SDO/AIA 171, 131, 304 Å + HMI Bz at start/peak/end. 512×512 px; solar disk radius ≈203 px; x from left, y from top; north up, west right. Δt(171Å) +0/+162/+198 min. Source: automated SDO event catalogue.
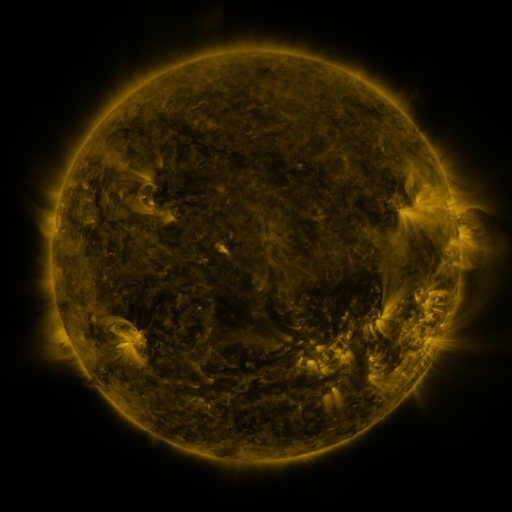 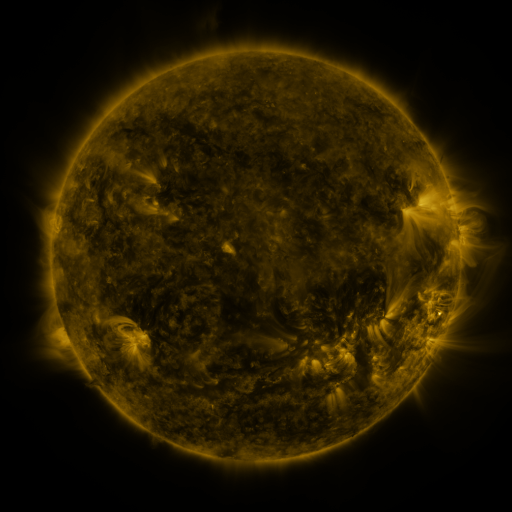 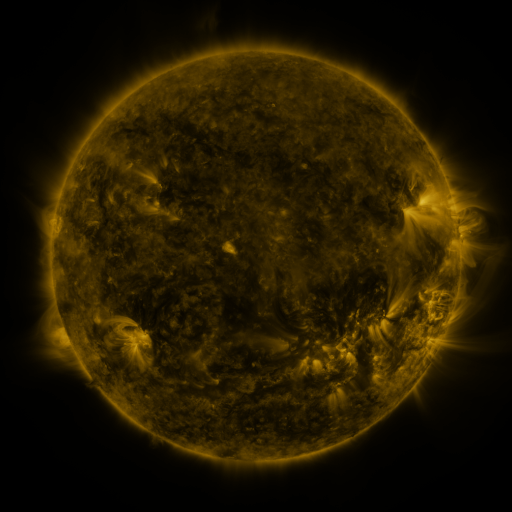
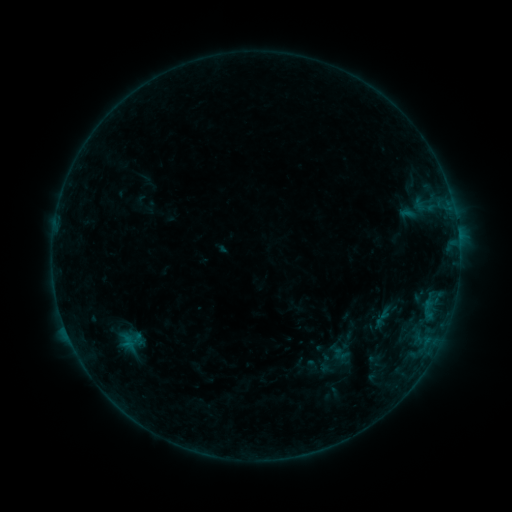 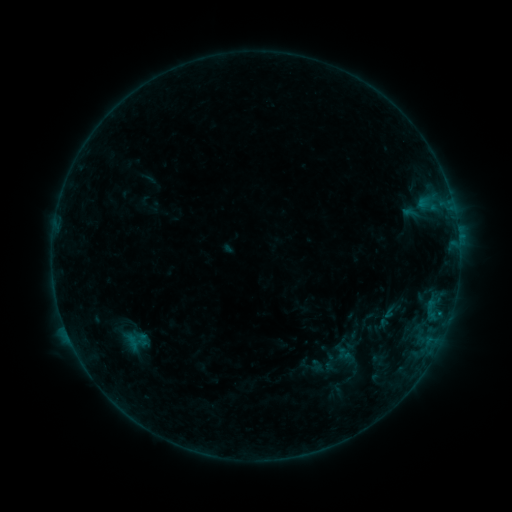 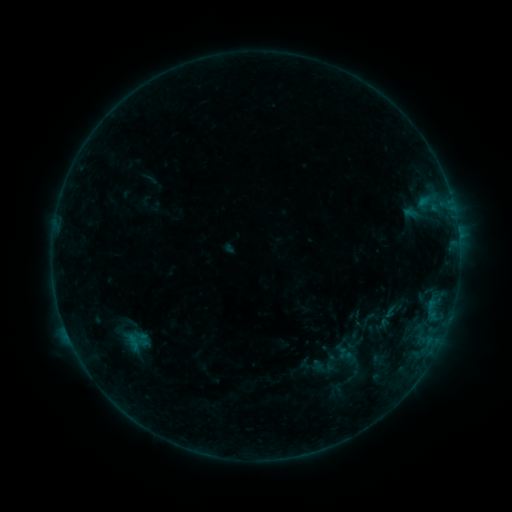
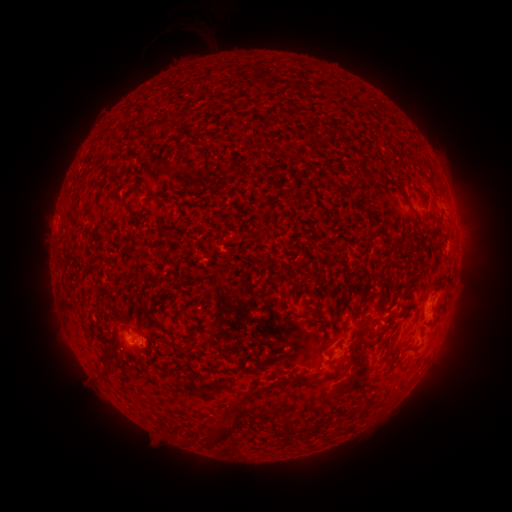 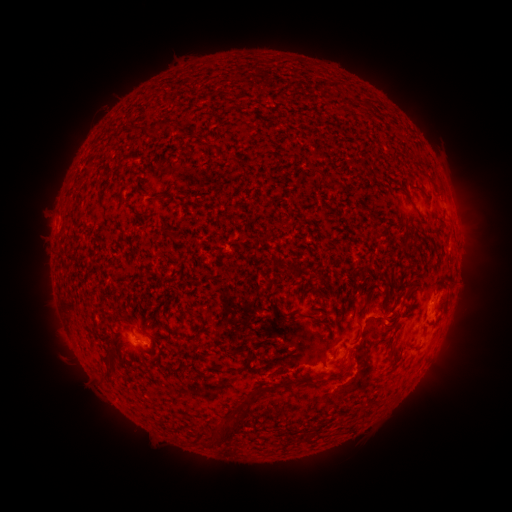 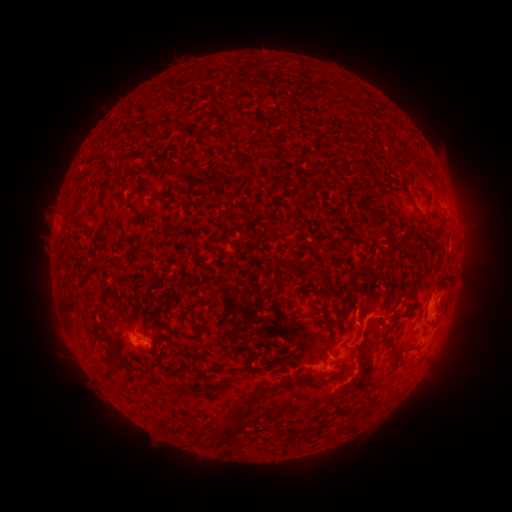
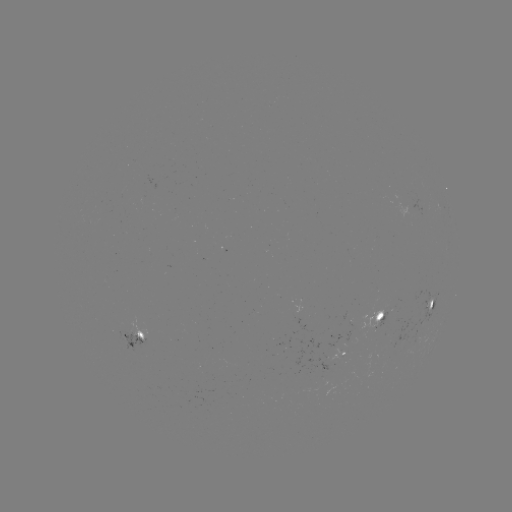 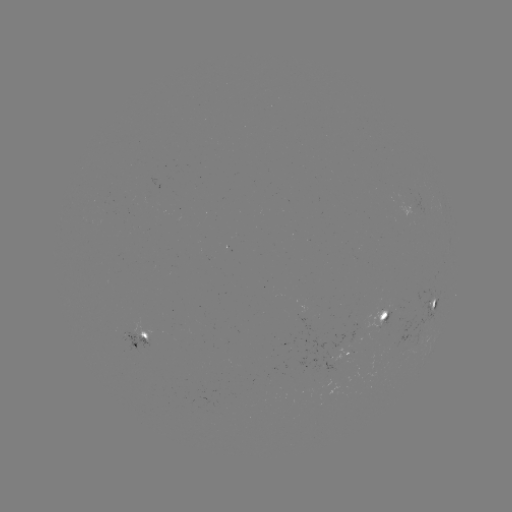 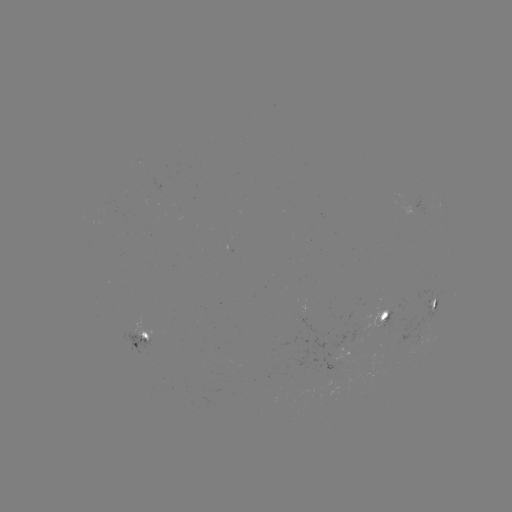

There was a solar flare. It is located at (439, 313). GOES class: B6.1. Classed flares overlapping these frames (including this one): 3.